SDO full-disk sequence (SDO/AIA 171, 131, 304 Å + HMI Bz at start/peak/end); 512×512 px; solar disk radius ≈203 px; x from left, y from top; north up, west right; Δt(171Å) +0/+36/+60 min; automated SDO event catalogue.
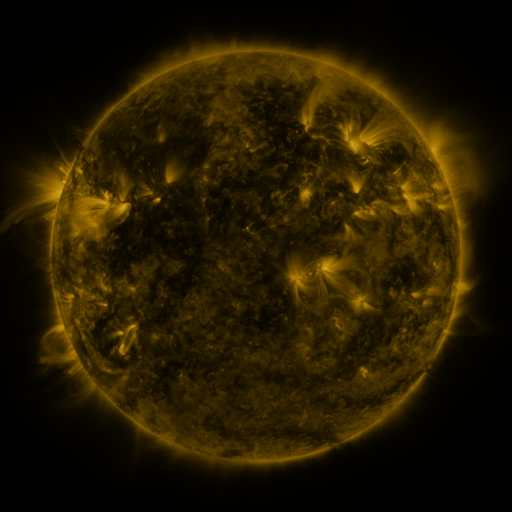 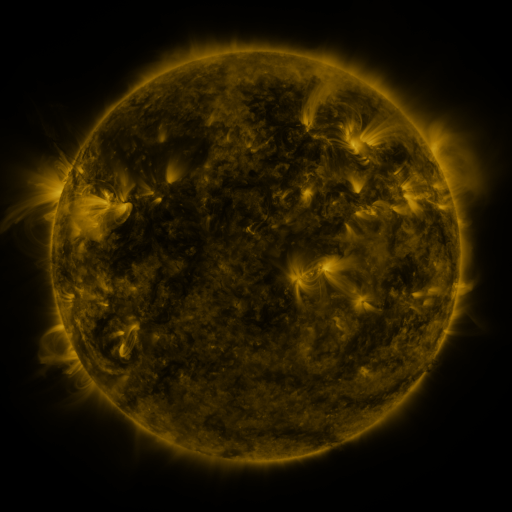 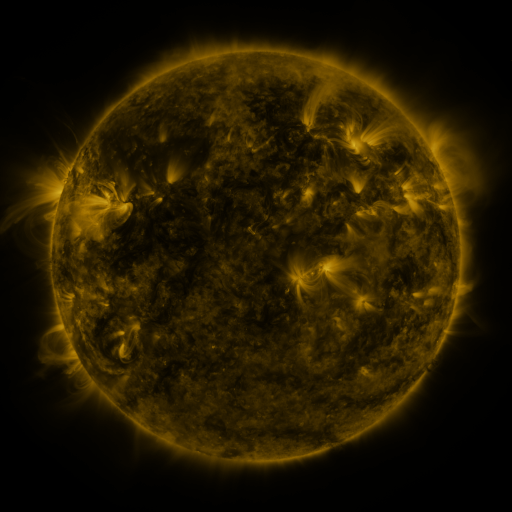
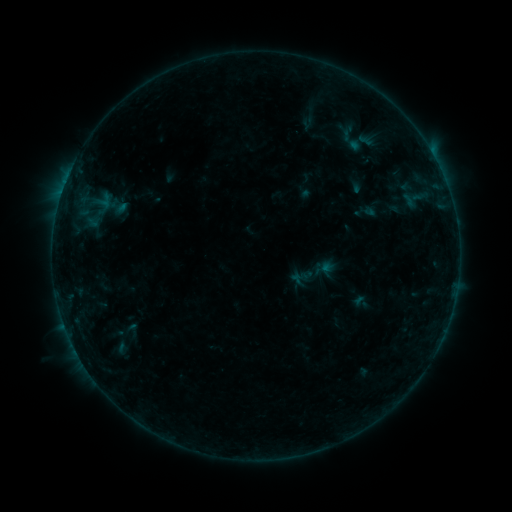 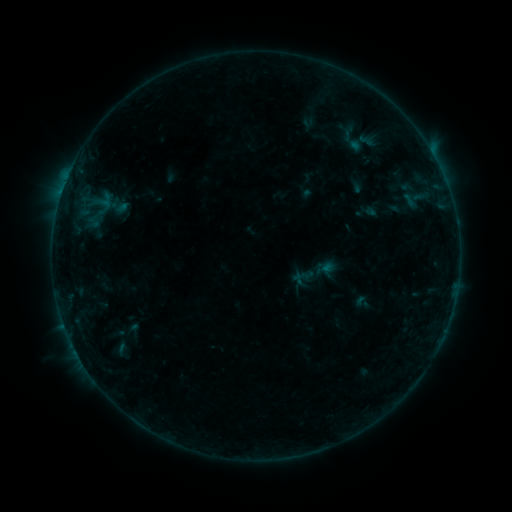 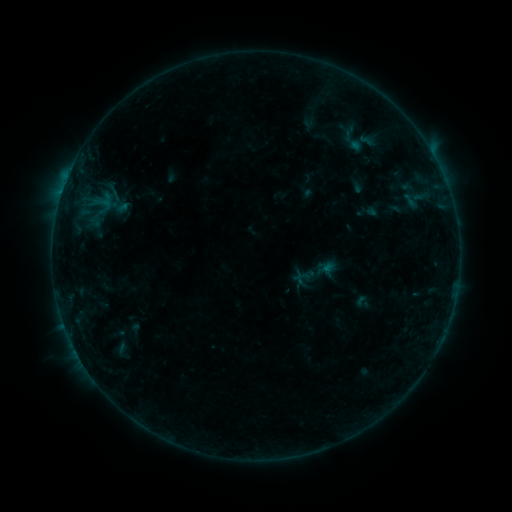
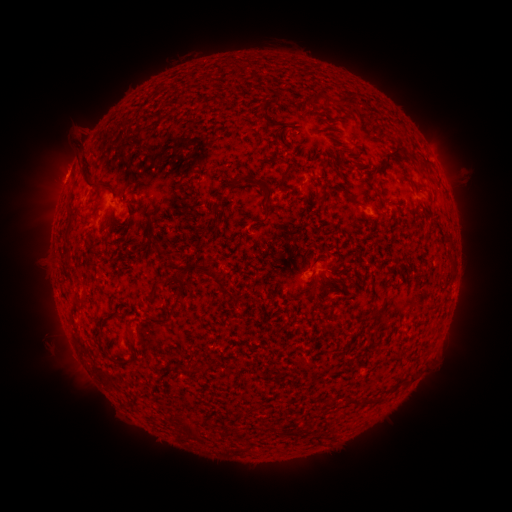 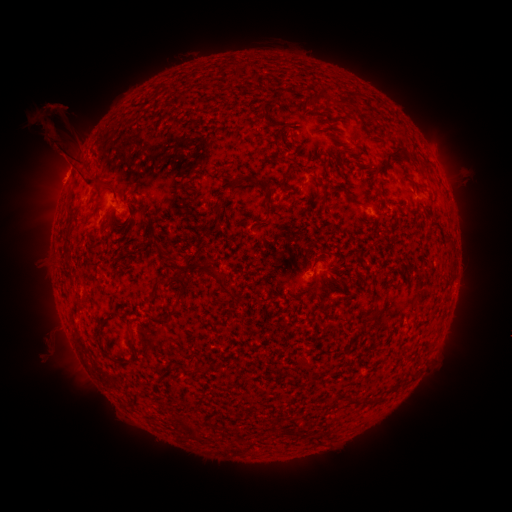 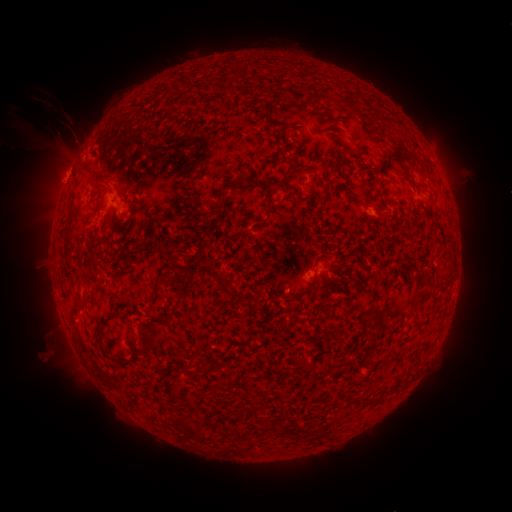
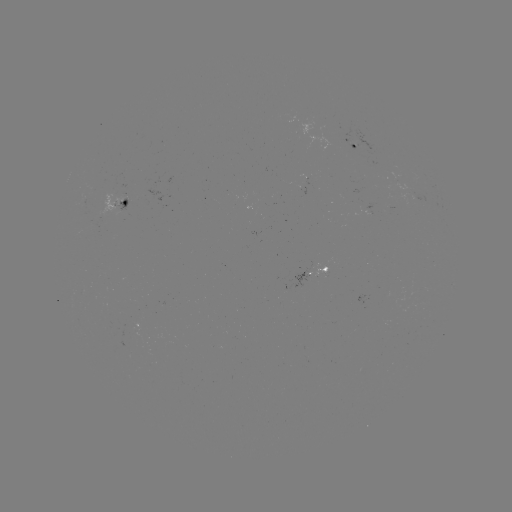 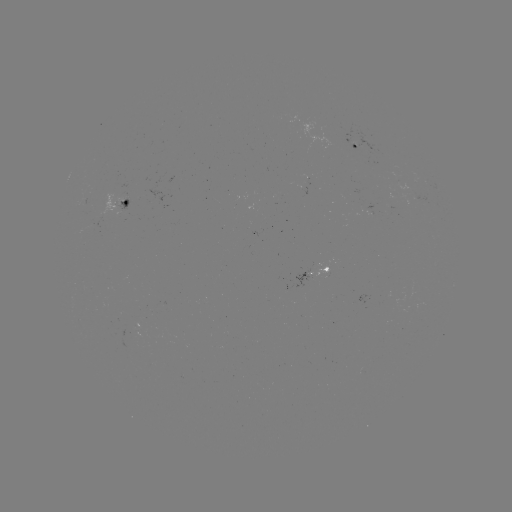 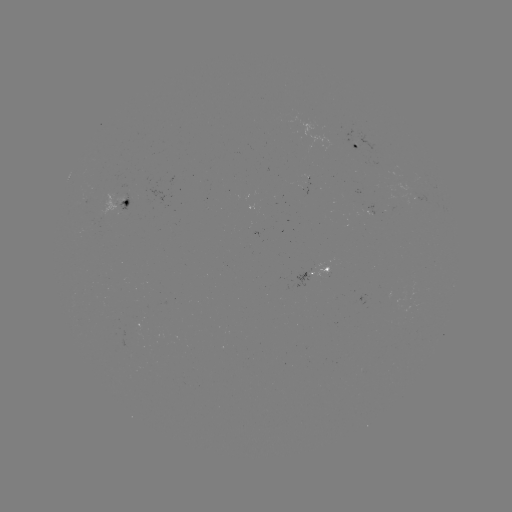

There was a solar flare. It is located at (67, 179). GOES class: B3.0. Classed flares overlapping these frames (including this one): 1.